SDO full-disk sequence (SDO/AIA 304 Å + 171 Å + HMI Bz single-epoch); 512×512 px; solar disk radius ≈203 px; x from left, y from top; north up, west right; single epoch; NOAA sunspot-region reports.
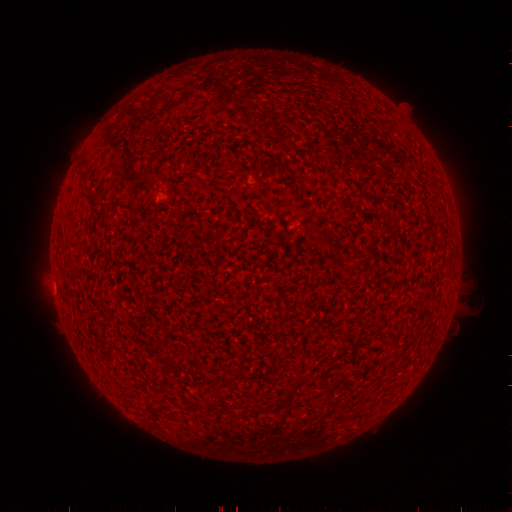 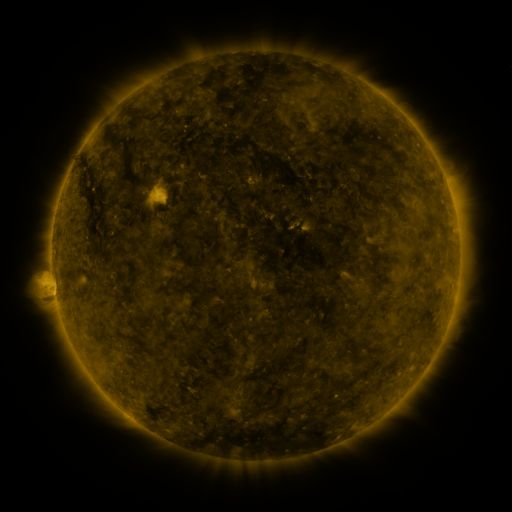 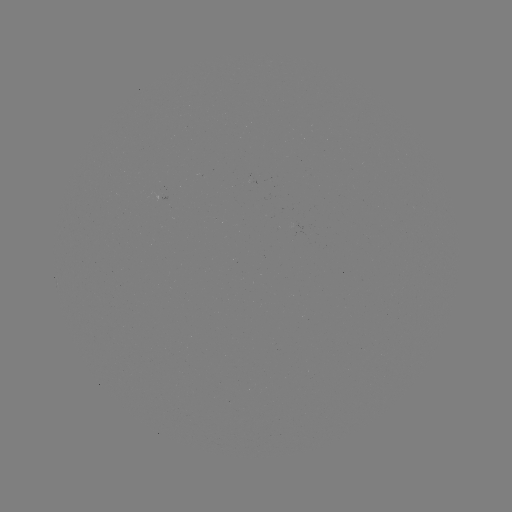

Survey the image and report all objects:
(none)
